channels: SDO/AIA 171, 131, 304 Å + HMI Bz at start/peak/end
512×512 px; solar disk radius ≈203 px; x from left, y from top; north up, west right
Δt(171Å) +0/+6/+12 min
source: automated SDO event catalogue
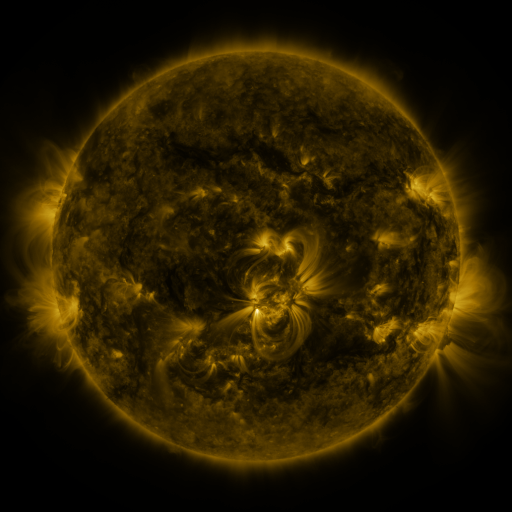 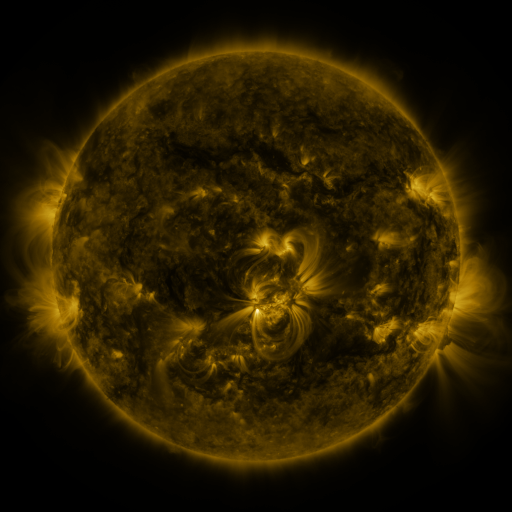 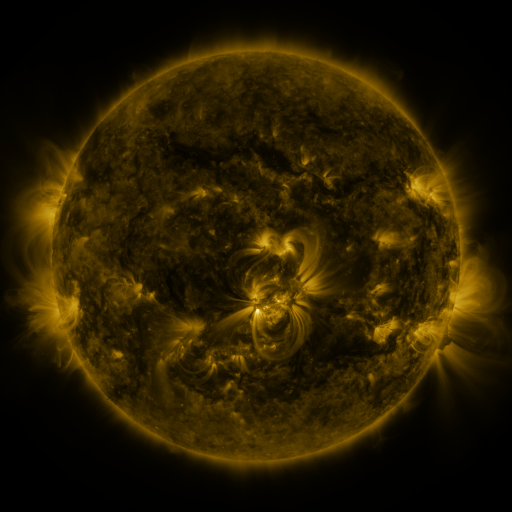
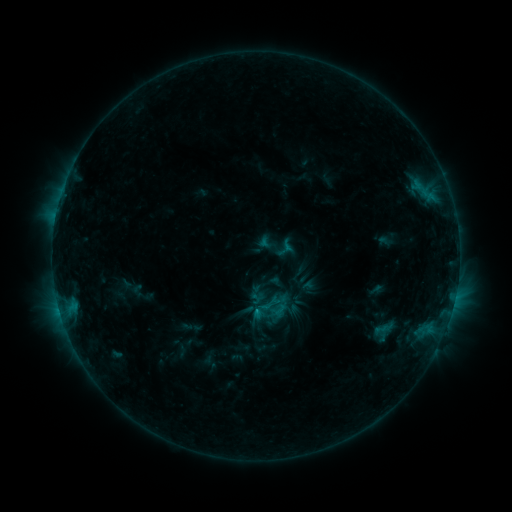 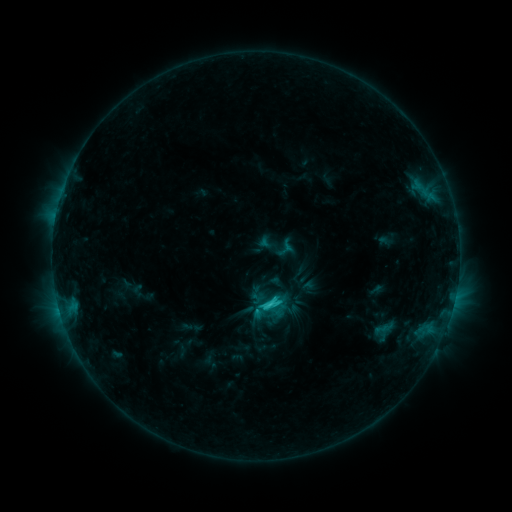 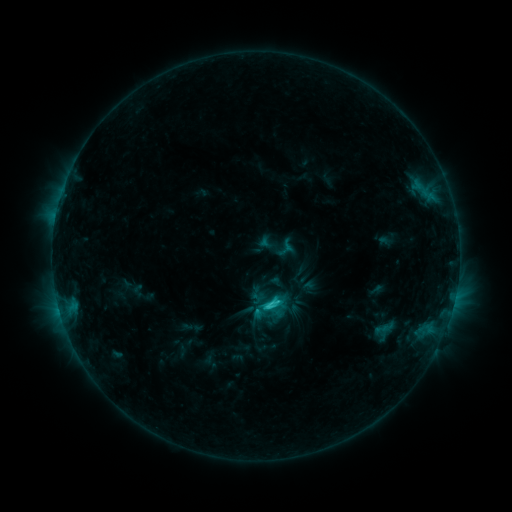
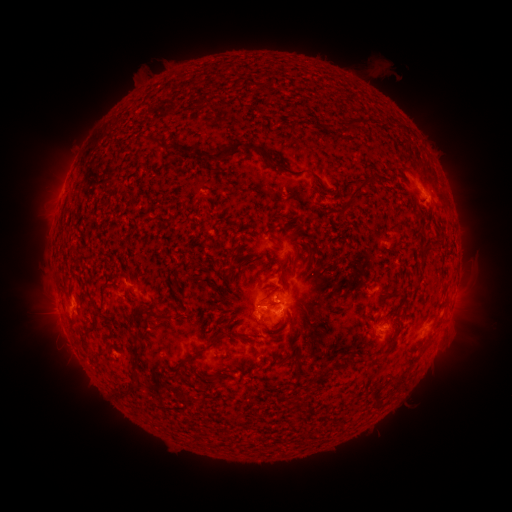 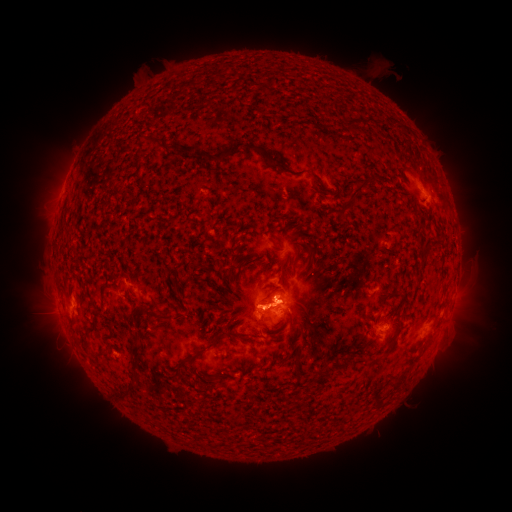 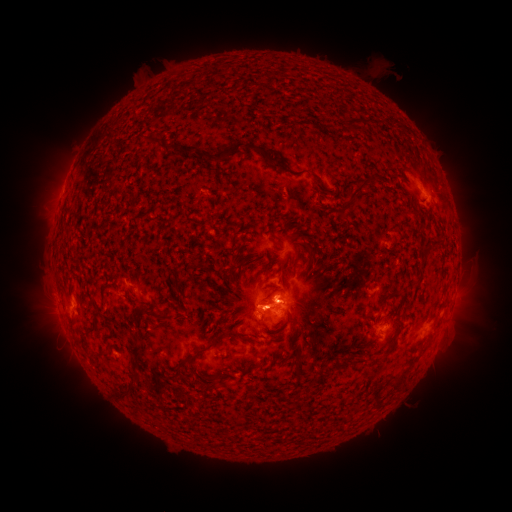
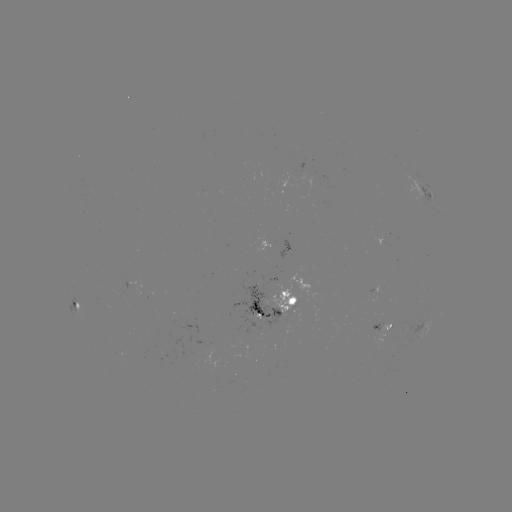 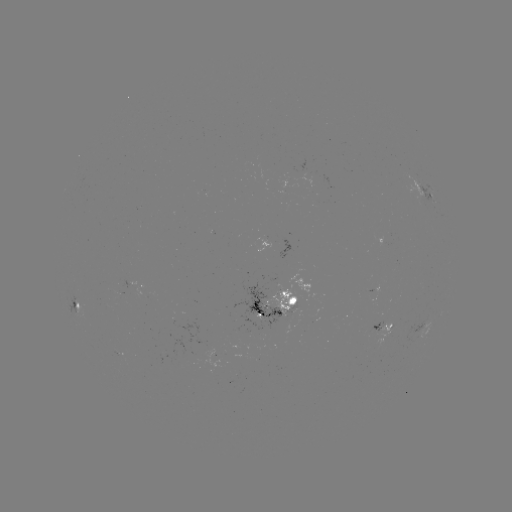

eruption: [26, 272, 106, 391]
